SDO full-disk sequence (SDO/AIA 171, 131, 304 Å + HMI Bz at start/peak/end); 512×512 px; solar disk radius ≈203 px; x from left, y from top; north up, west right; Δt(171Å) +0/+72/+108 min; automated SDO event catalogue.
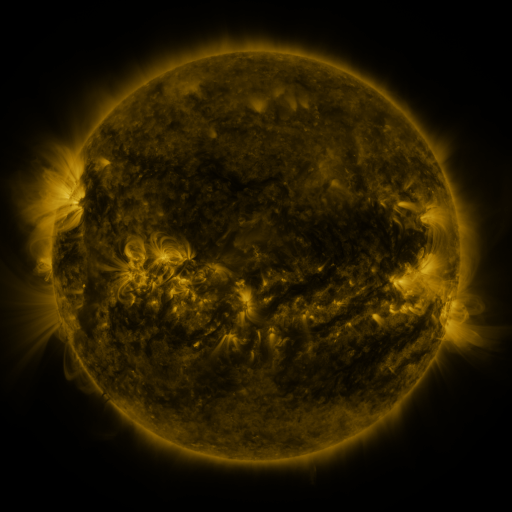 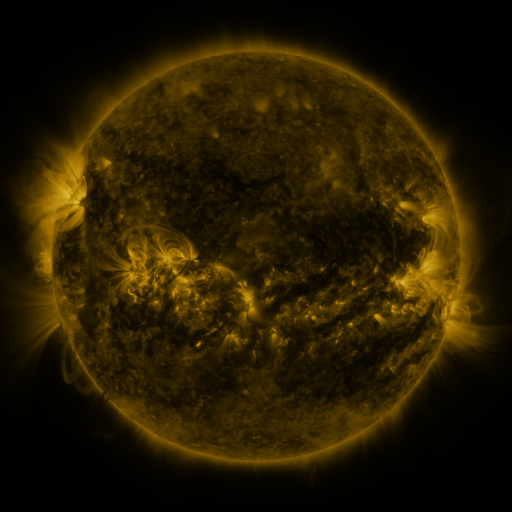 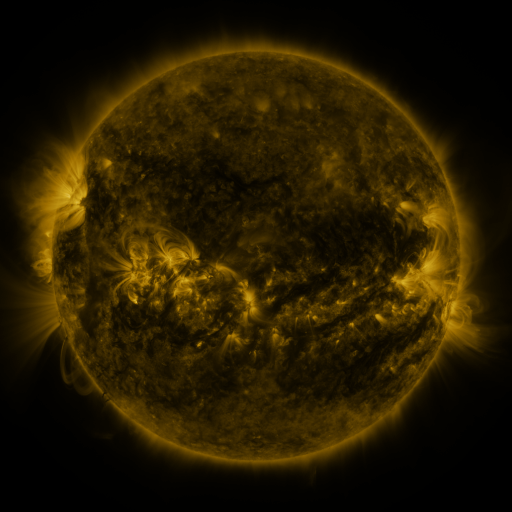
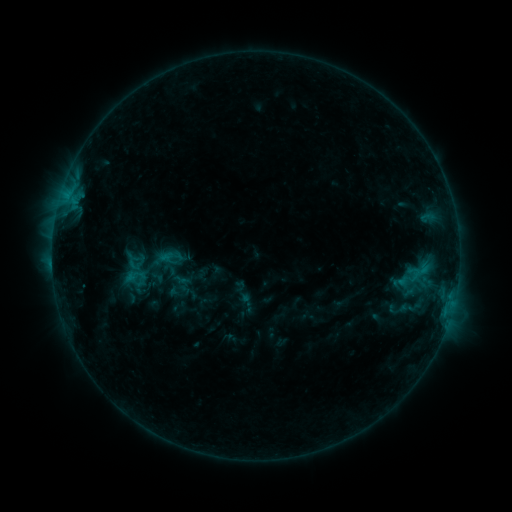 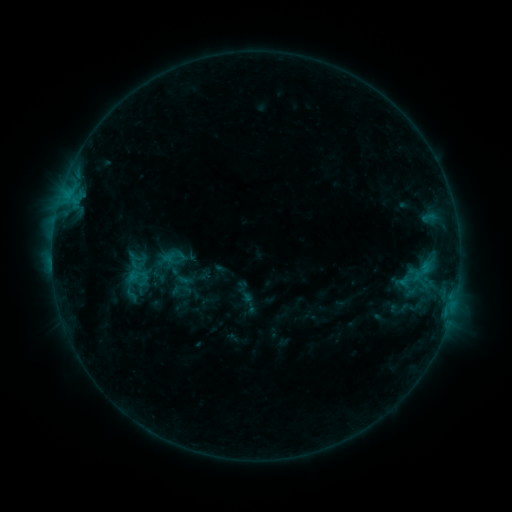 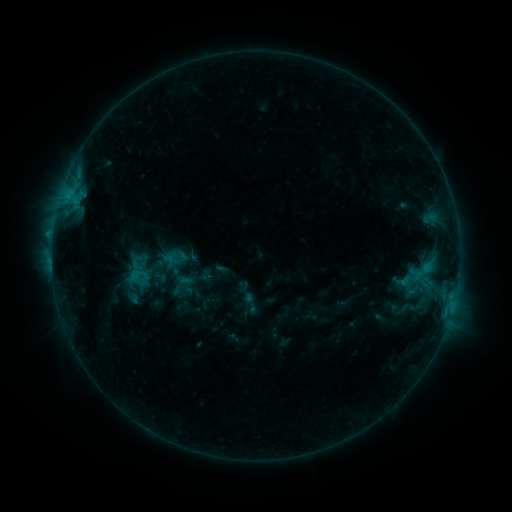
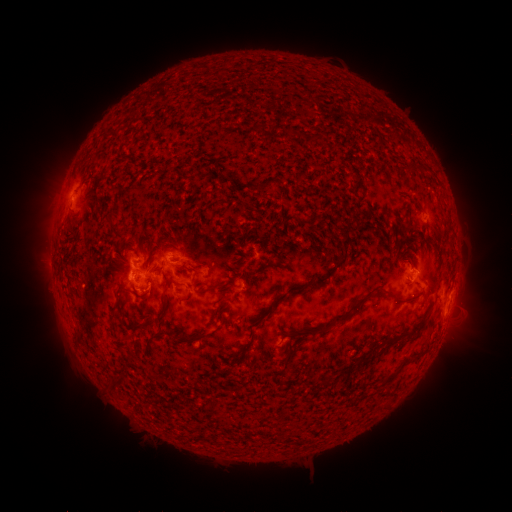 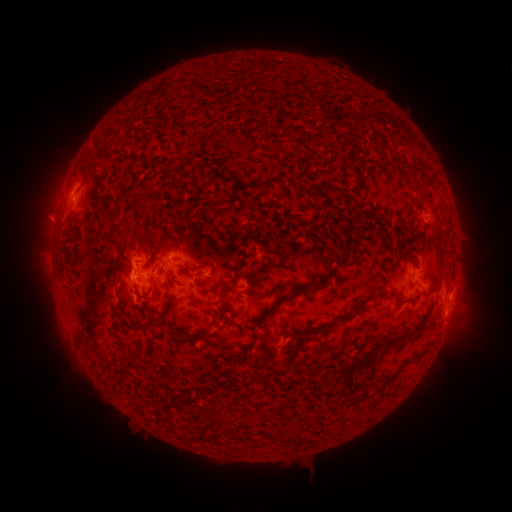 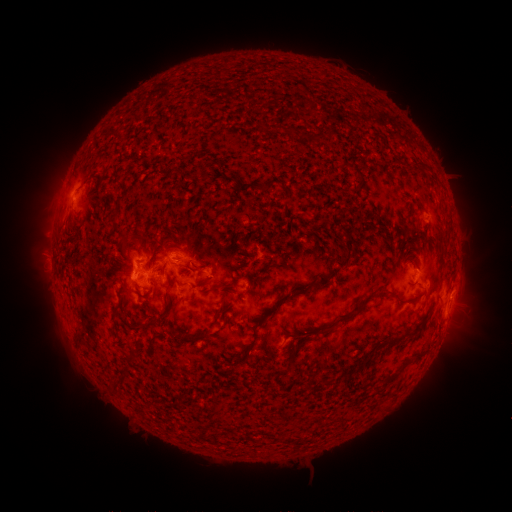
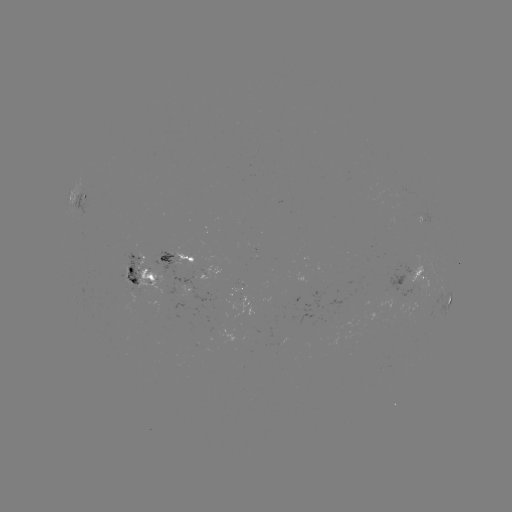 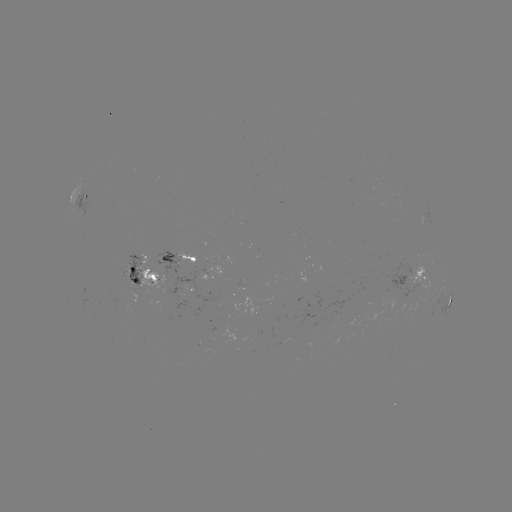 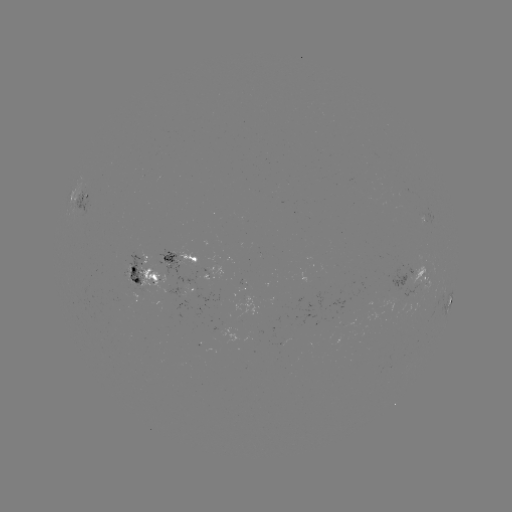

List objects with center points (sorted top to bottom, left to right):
emerging-flux region: (229, 293)
